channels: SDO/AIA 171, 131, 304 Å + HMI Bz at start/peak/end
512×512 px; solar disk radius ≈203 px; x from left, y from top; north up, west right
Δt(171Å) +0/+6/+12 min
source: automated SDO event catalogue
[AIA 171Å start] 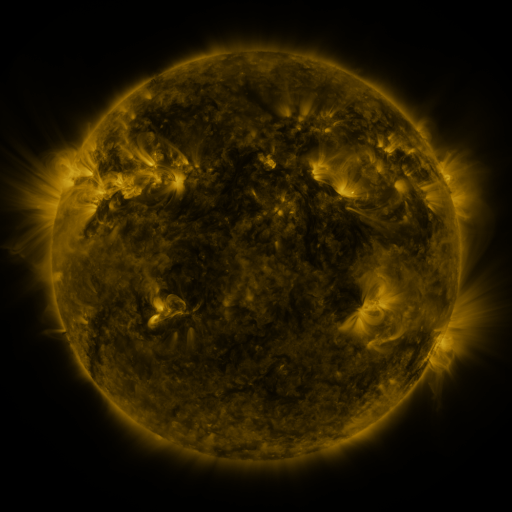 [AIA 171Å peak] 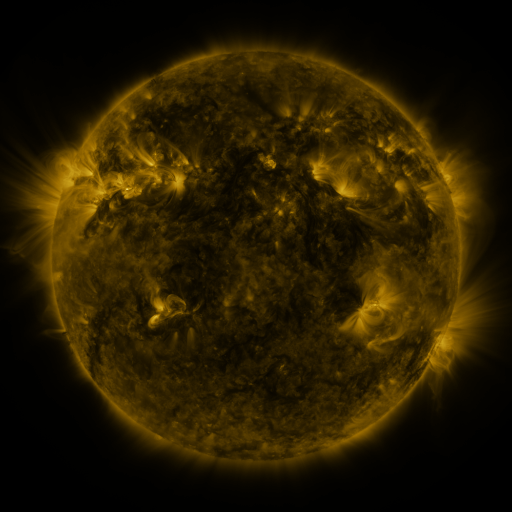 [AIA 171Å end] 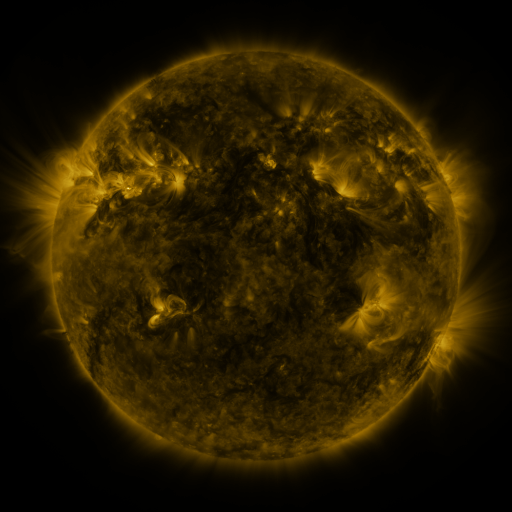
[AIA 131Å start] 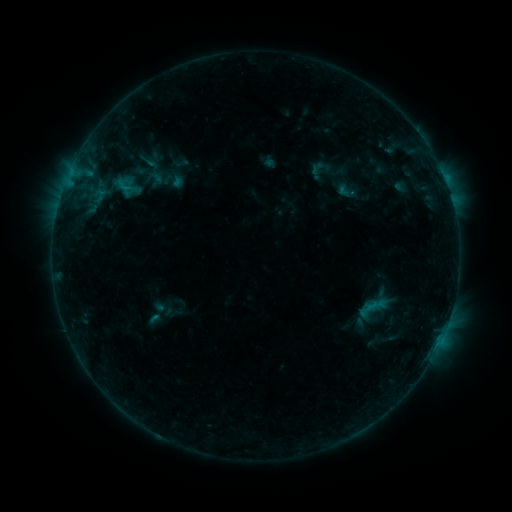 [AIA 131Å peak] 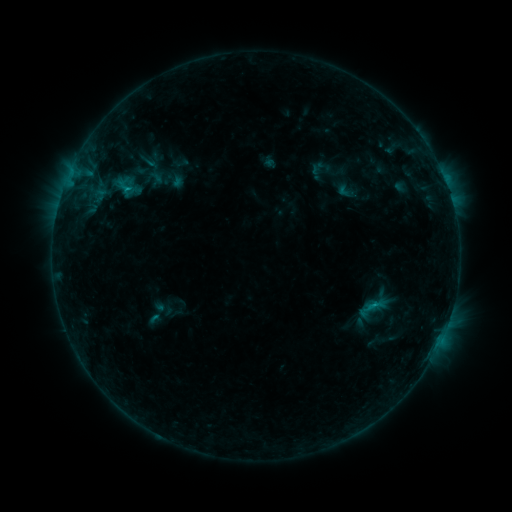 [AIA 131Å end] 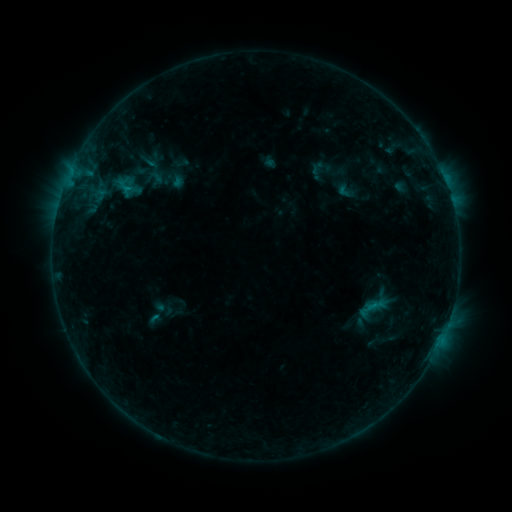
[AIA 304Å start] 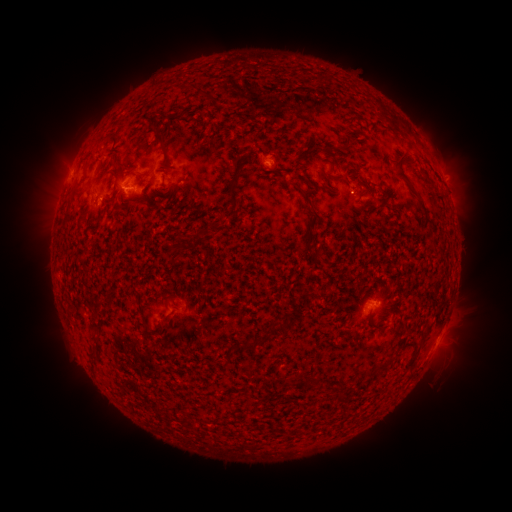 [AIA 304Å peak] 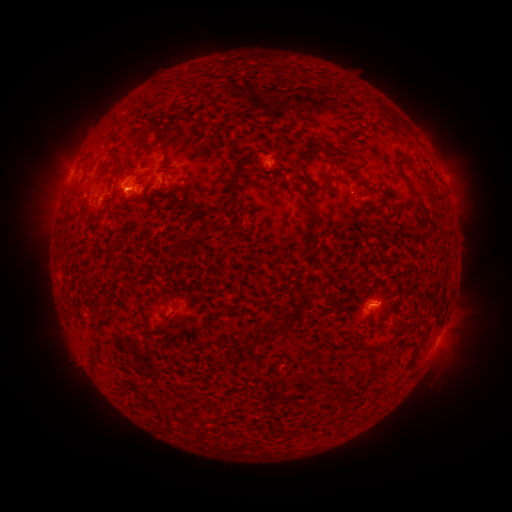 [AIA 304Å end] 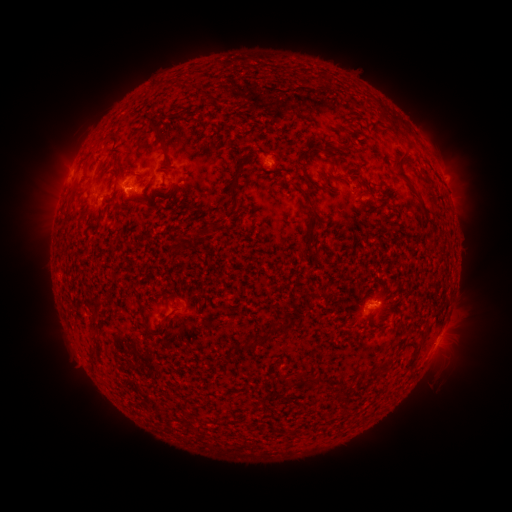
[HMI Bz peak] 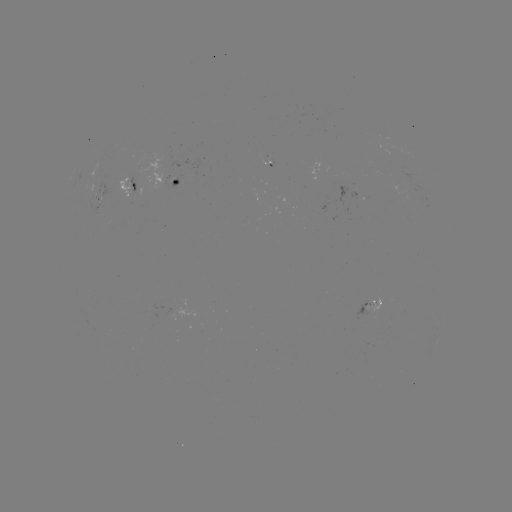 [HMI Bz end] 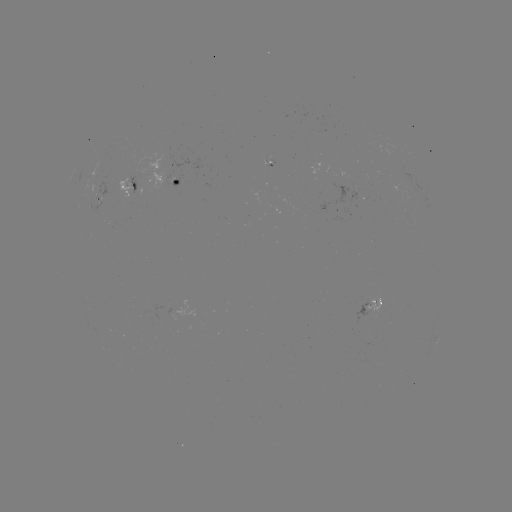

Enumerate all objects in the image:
B7.0 flare: (373, 304)
